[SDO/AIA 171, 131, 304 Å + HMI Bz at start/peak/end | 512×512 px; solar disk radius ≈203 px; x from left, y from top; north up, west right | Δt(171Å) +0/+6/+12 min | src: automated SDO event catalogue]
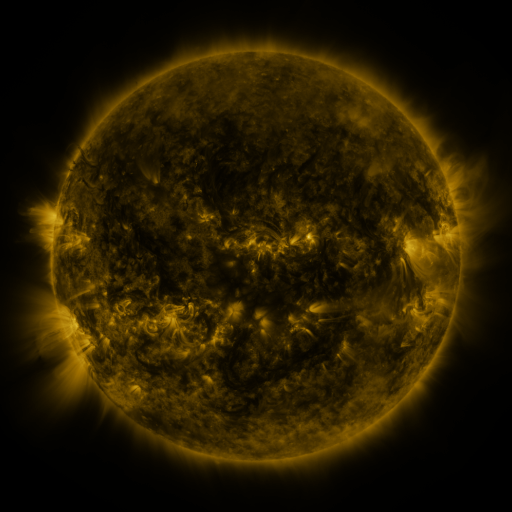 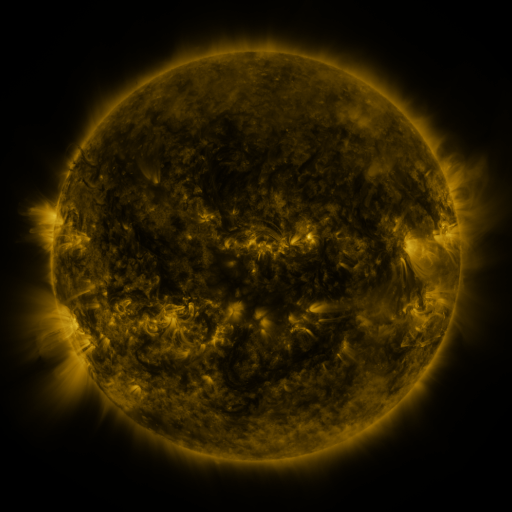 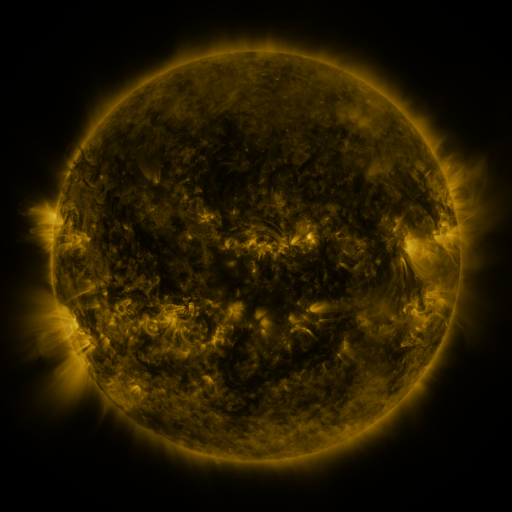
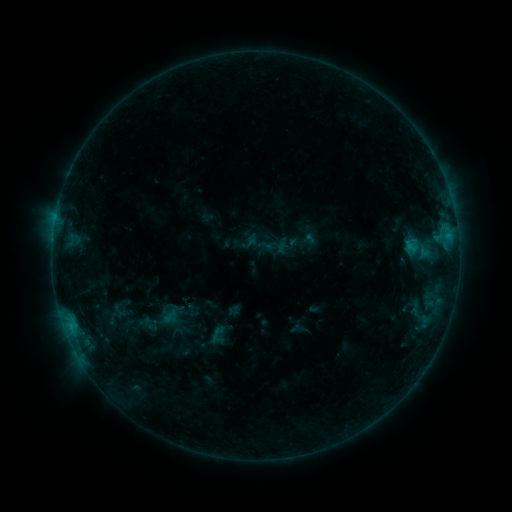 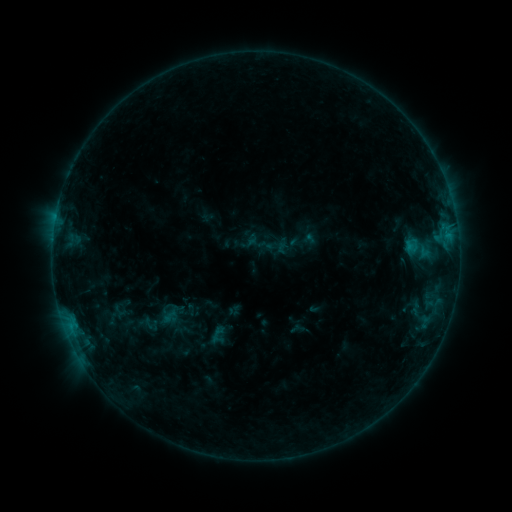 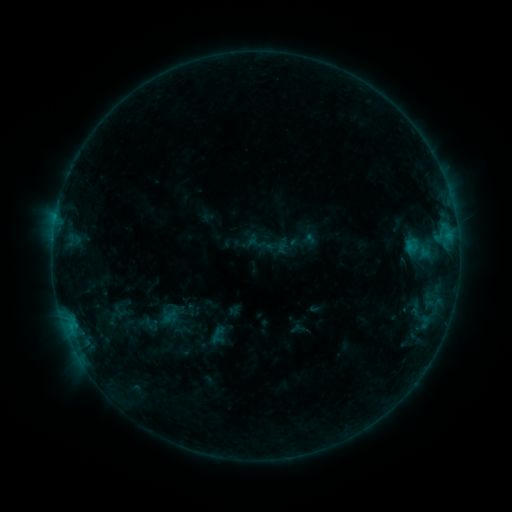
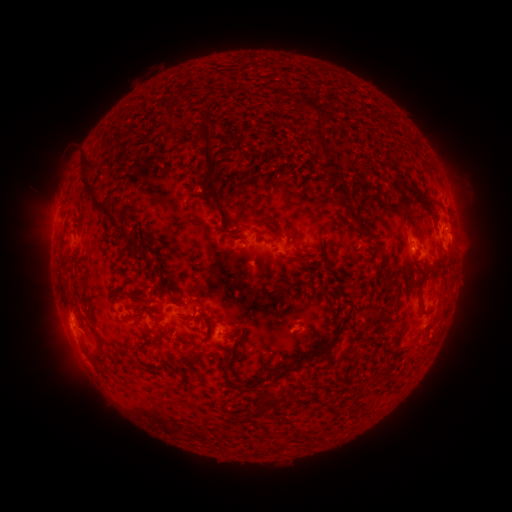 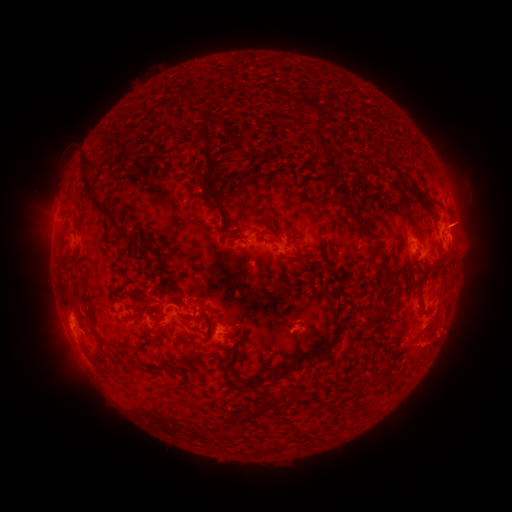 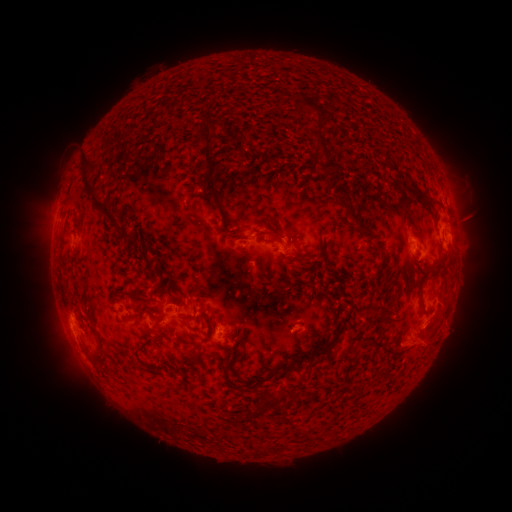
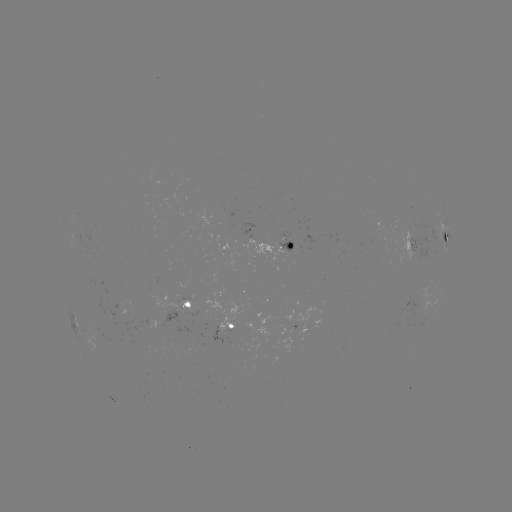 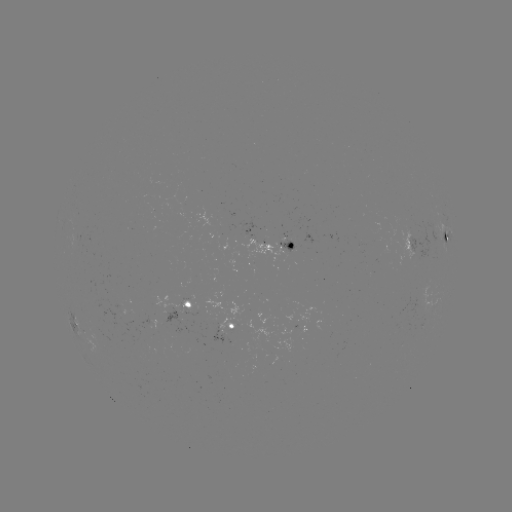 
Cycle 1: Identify eruption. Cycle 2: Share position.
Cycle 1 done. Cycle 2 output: (466, 221).